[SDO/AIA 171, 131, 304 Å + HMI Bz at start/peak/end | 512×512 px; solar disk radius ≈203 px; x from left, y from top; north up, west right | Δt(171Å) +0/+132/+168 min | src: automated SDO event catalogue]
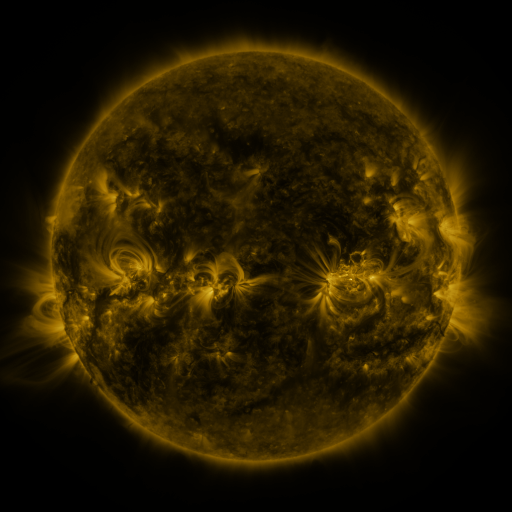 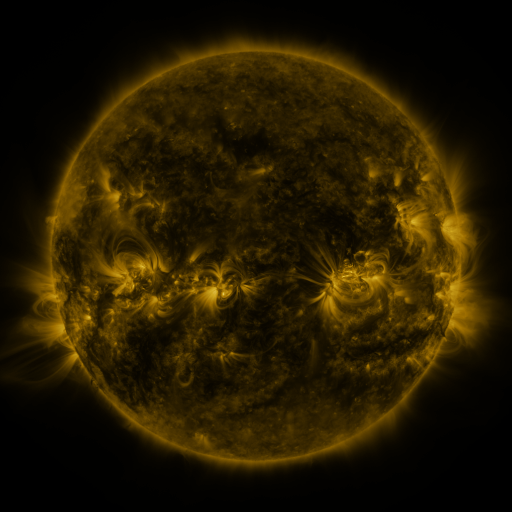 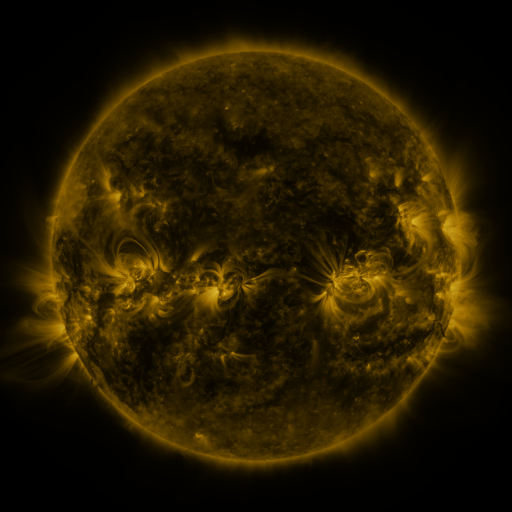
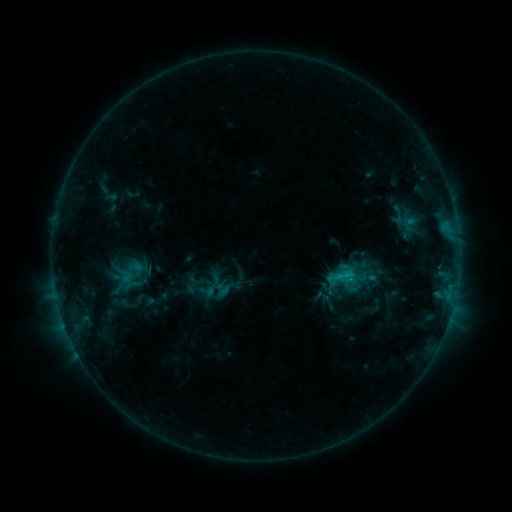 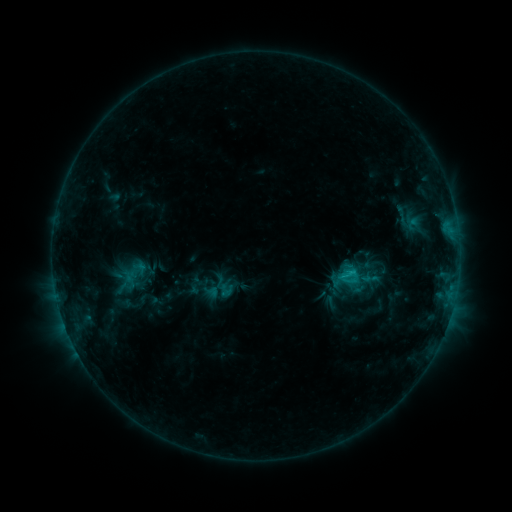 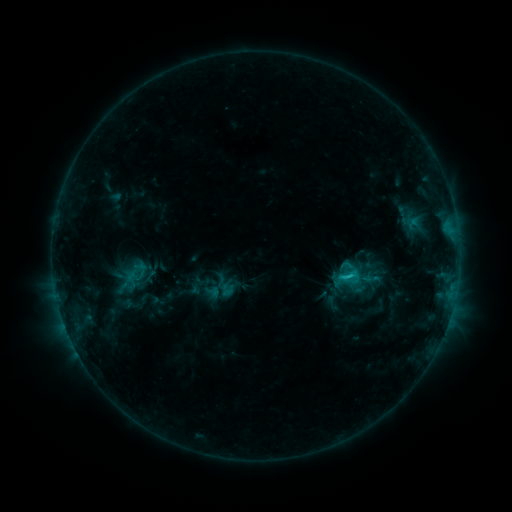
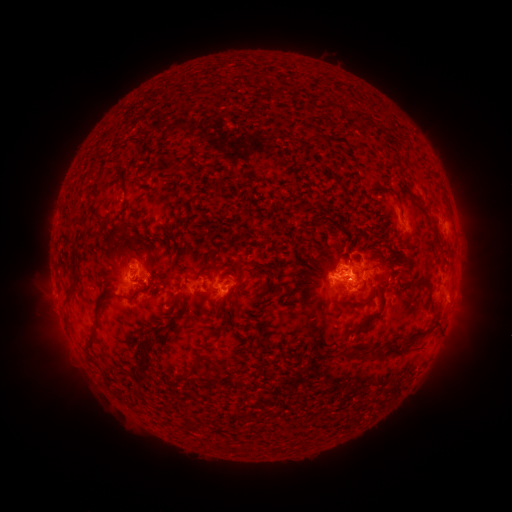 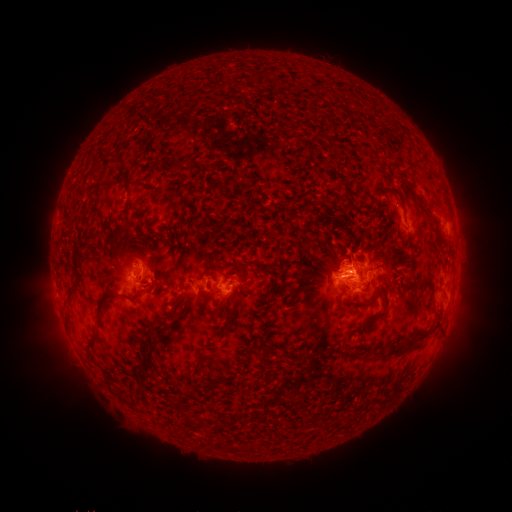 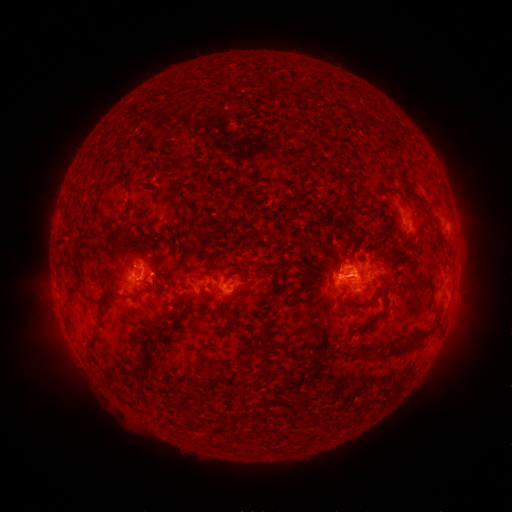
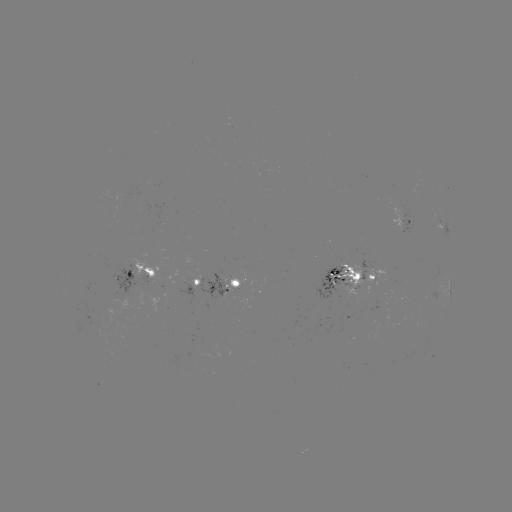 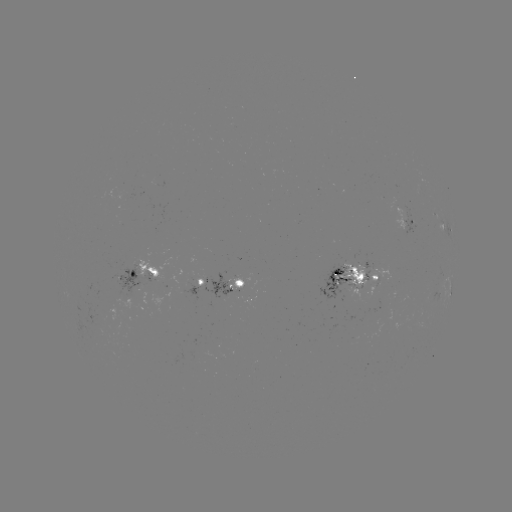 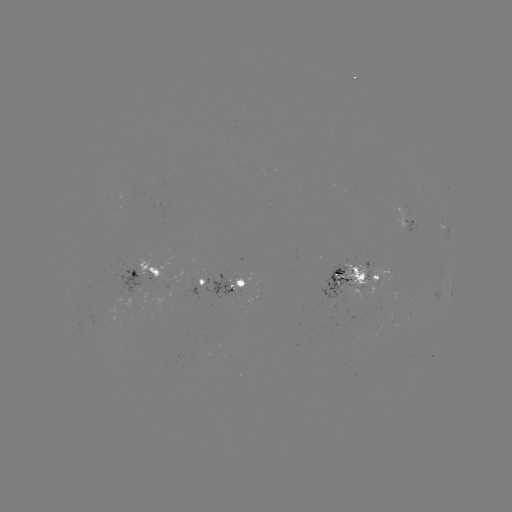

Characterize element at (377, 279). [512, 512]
emerging-flux region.